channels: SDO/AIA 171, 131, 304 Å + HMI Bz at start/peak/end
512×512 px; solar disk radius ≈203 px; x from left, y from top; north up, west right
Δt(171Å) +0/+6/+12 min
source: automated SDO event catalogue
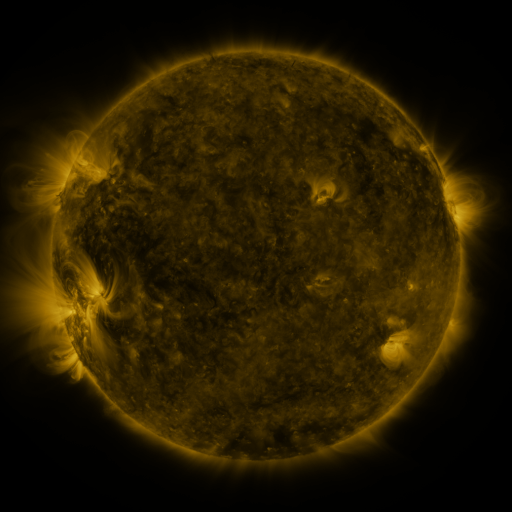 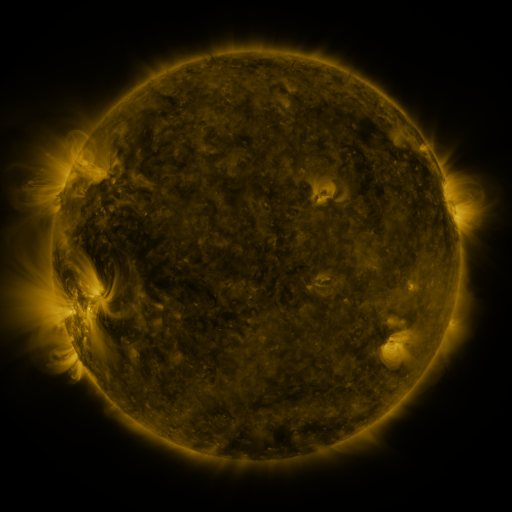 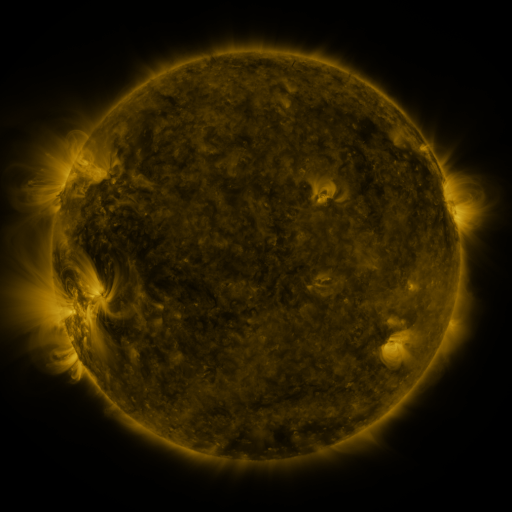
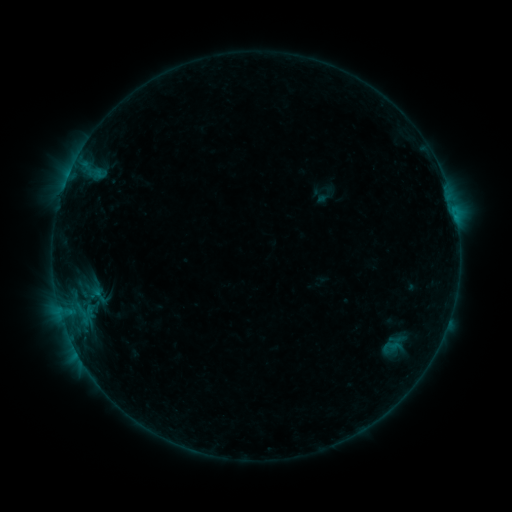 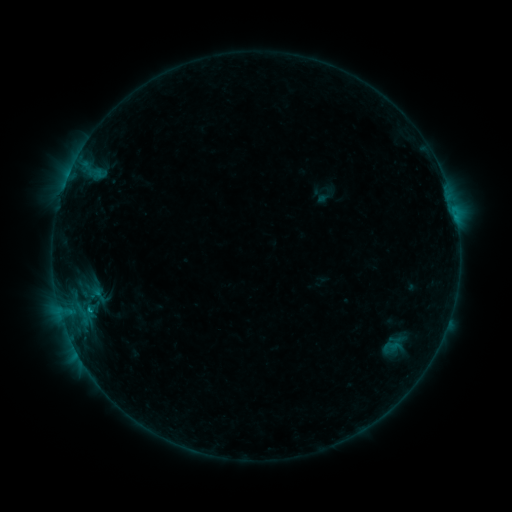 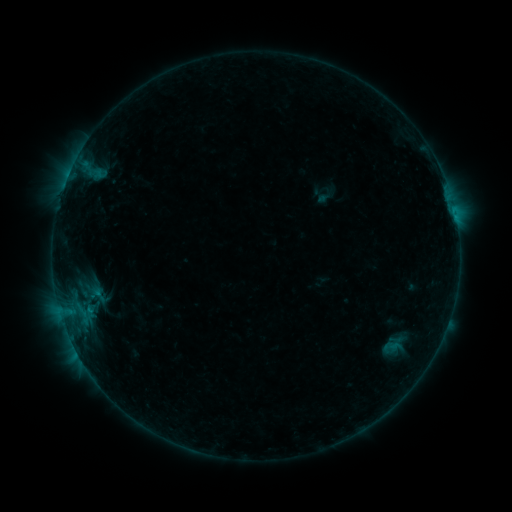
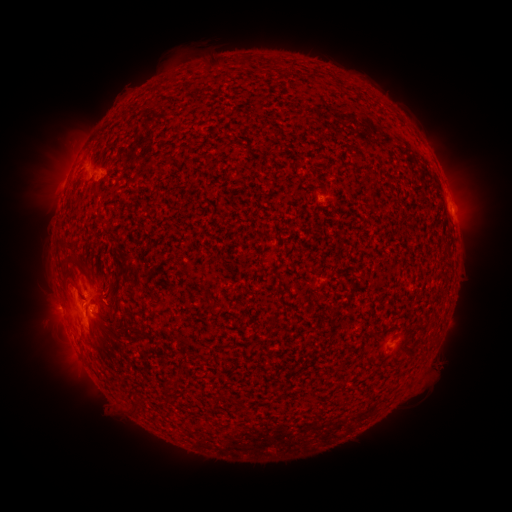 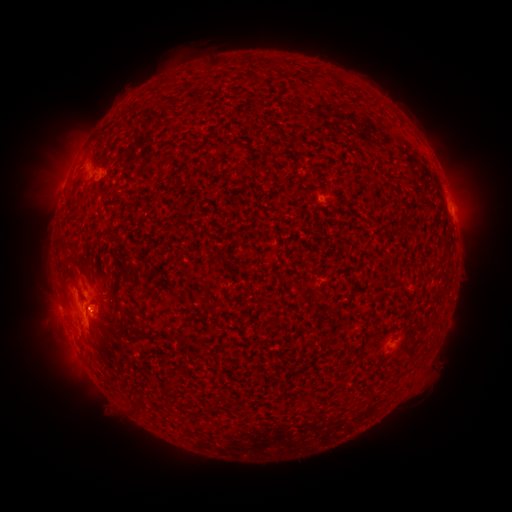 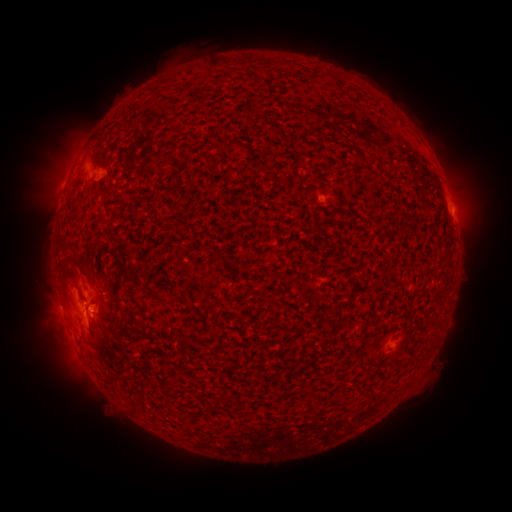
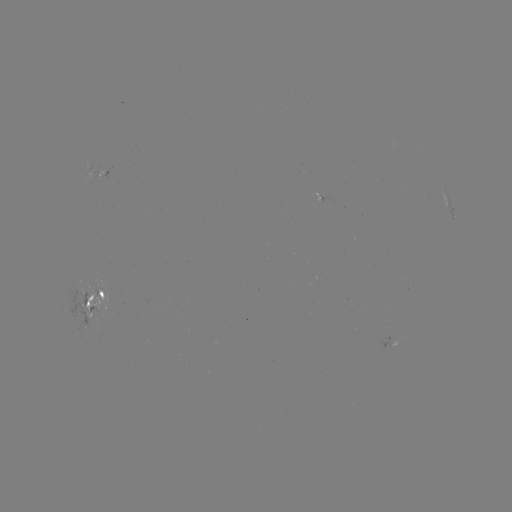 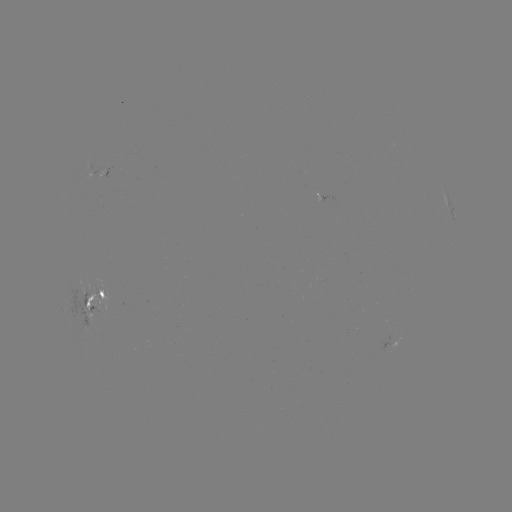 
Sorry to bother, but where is B5.7 flare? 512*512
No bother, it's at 89,306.